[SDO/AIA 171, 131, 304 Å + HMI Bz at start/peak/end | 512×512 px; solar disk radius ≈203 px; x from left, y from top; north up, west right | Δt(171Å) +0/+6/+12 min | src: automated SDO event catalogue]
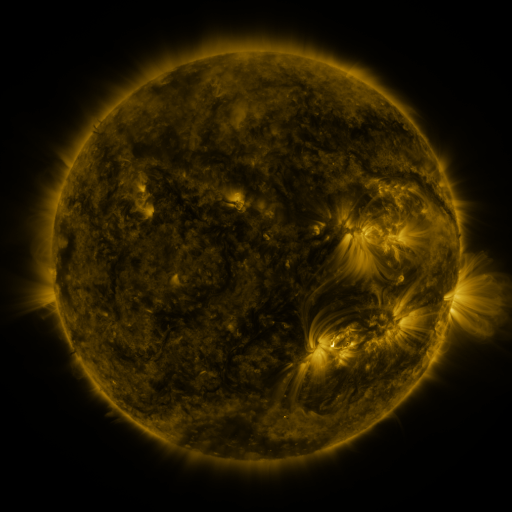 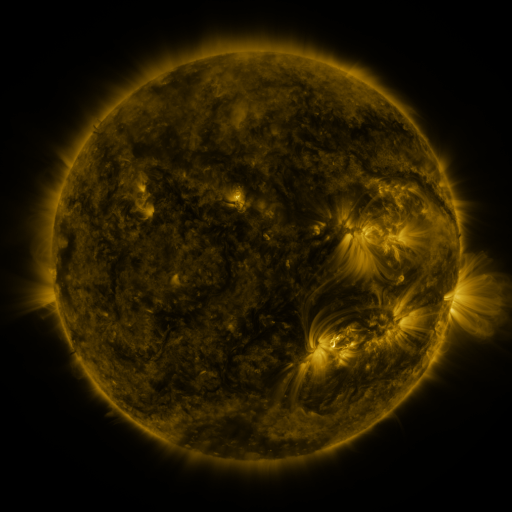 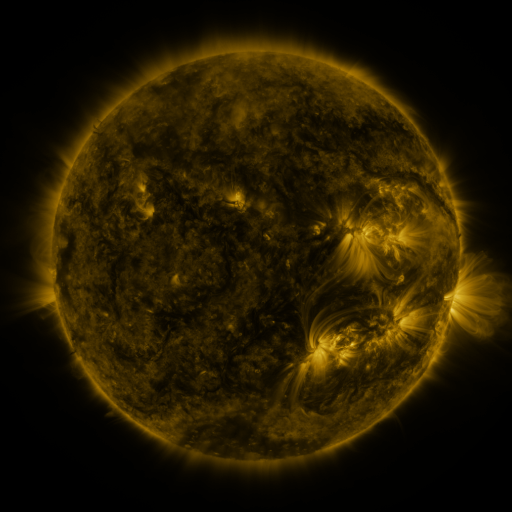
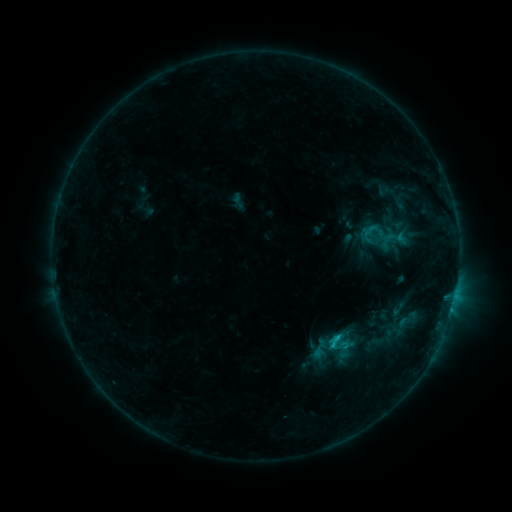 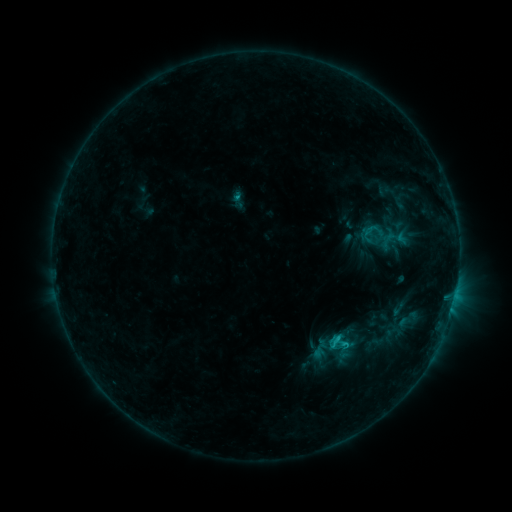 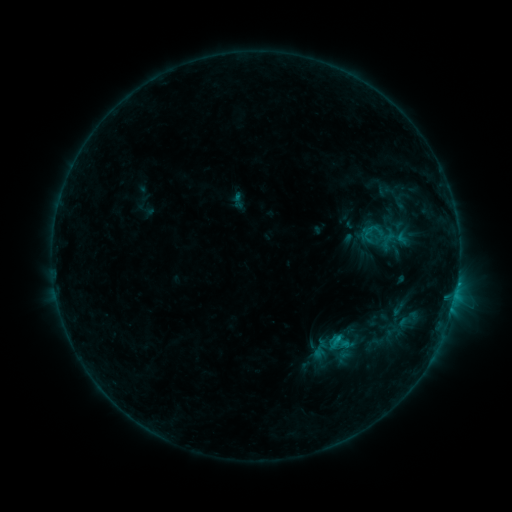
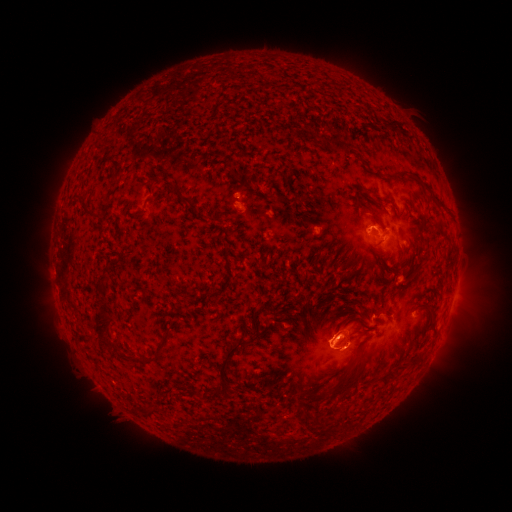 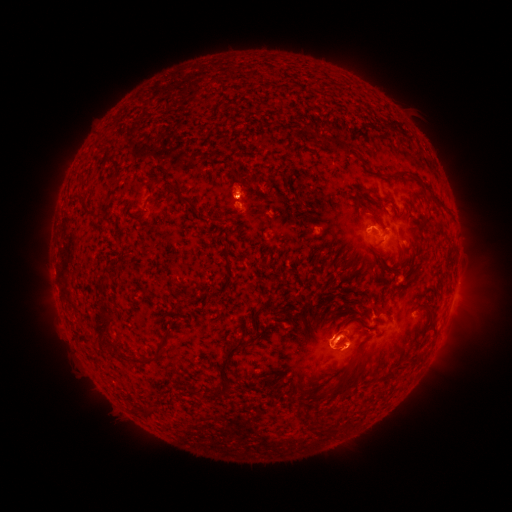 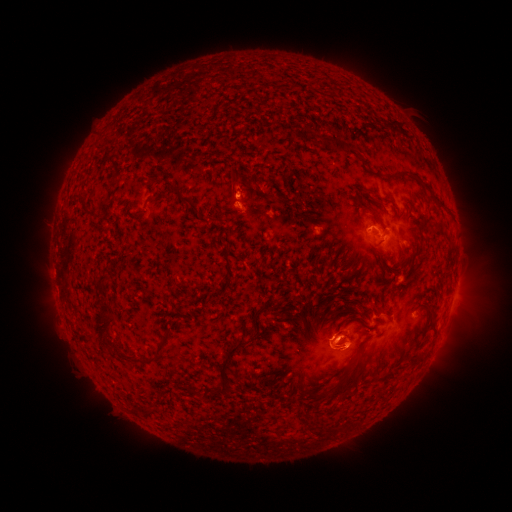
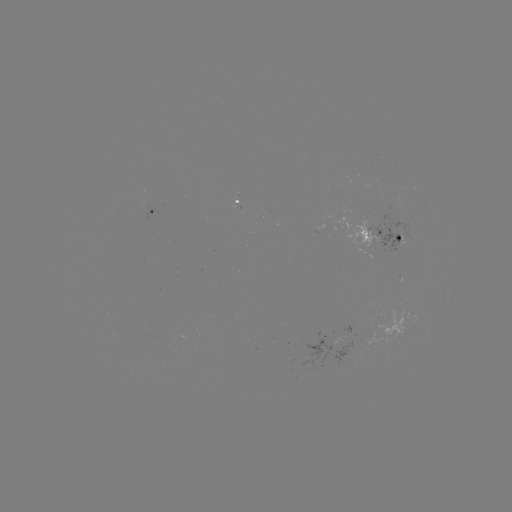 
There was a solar eruption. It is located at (237, 177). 